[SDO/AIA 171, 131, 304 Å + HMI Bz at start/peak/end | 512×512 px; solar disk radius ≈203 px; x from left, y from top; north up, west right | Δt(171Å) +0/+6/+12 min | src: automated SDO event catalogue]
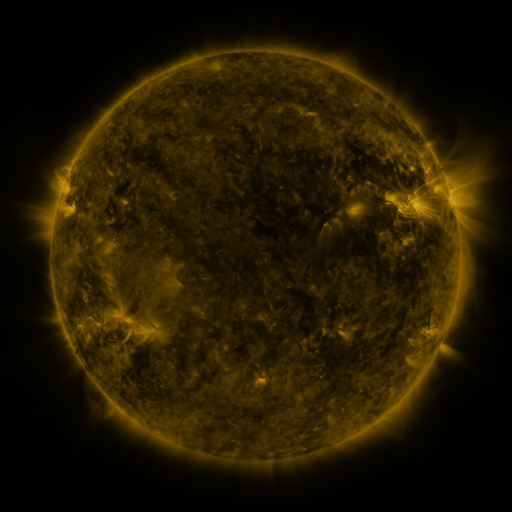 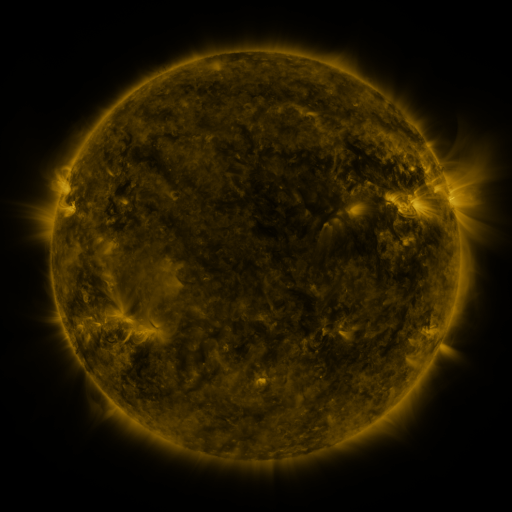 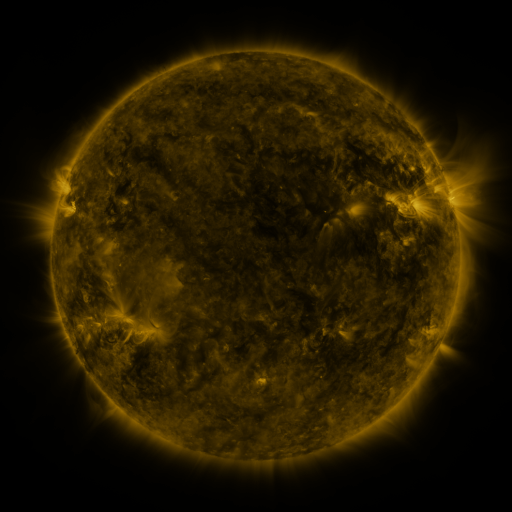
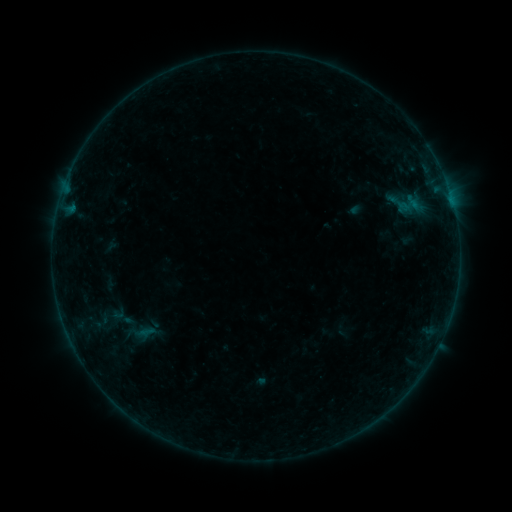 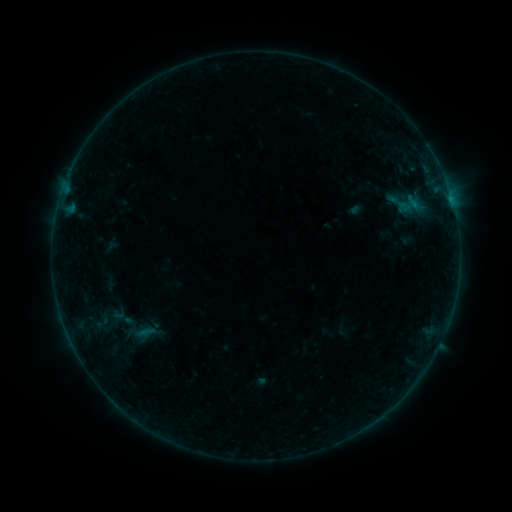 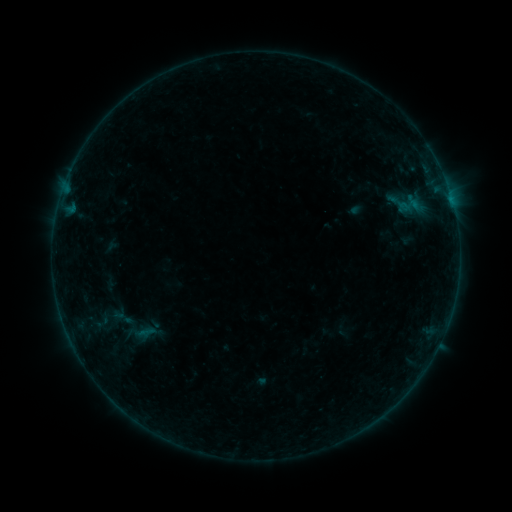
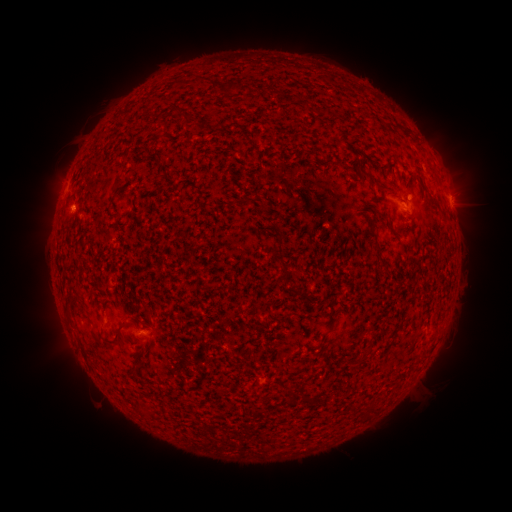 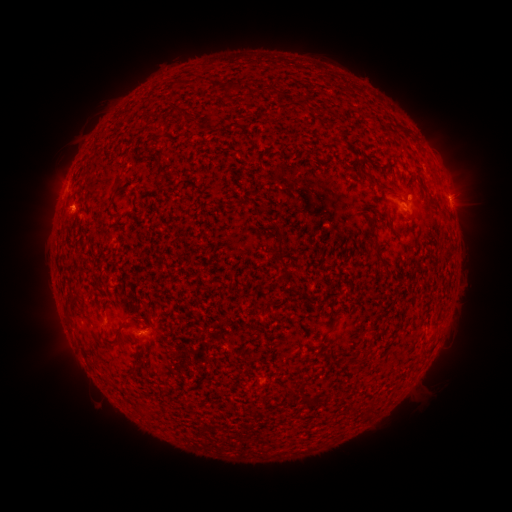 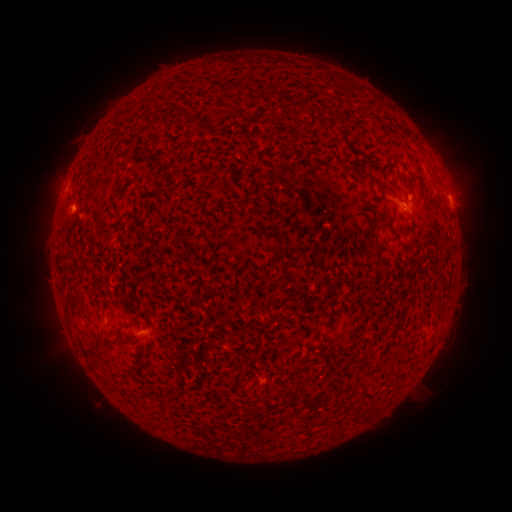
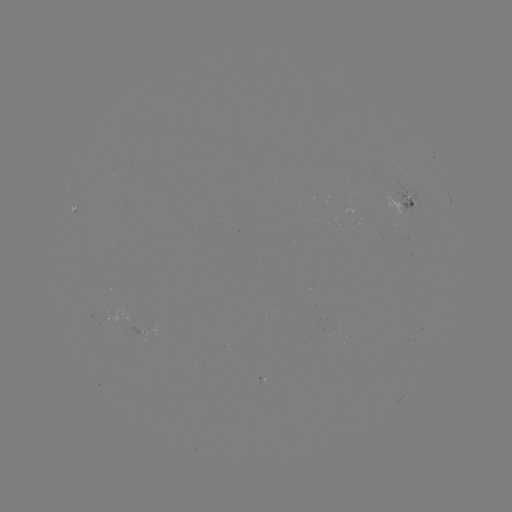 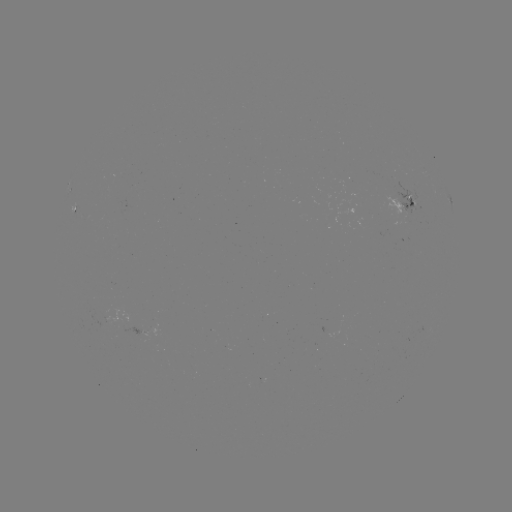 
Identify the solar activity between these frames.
B1.7 flare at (450, 200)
